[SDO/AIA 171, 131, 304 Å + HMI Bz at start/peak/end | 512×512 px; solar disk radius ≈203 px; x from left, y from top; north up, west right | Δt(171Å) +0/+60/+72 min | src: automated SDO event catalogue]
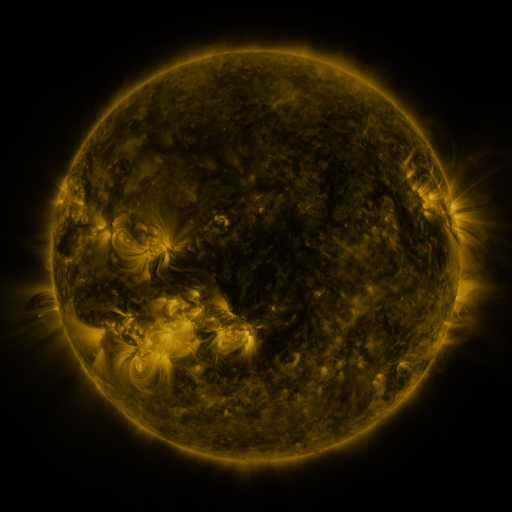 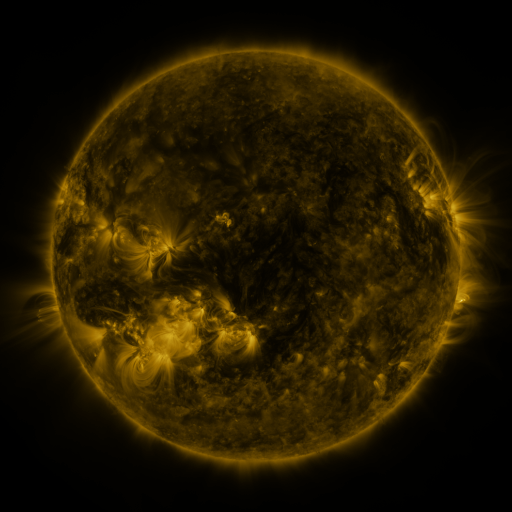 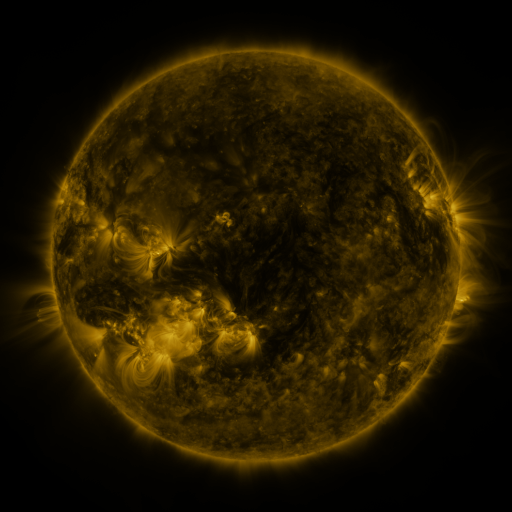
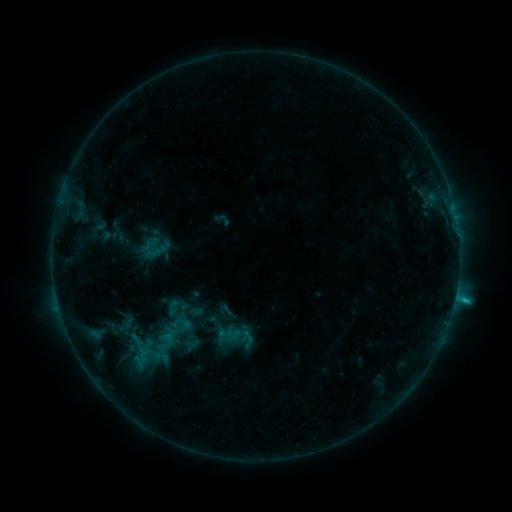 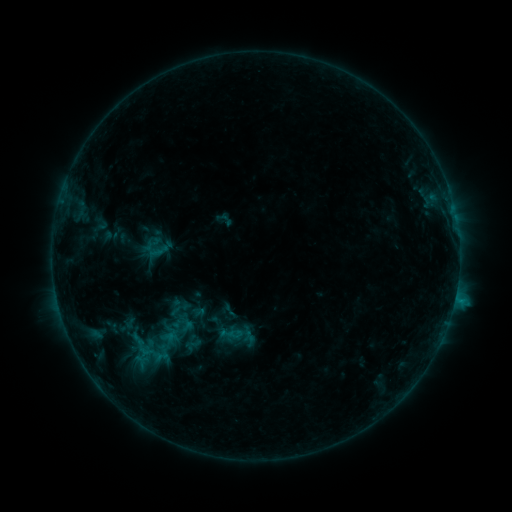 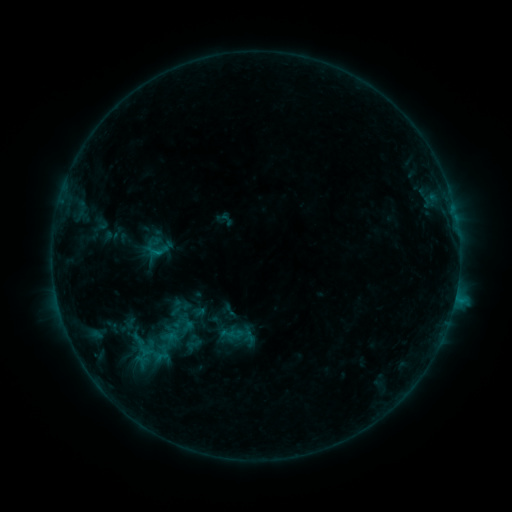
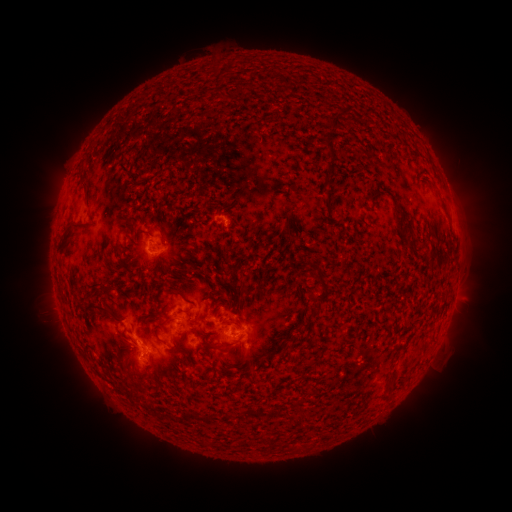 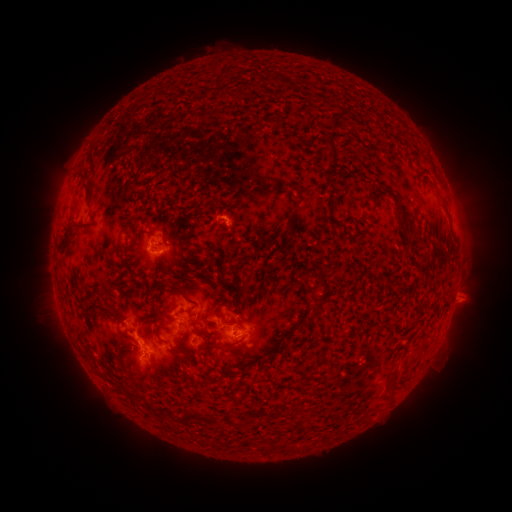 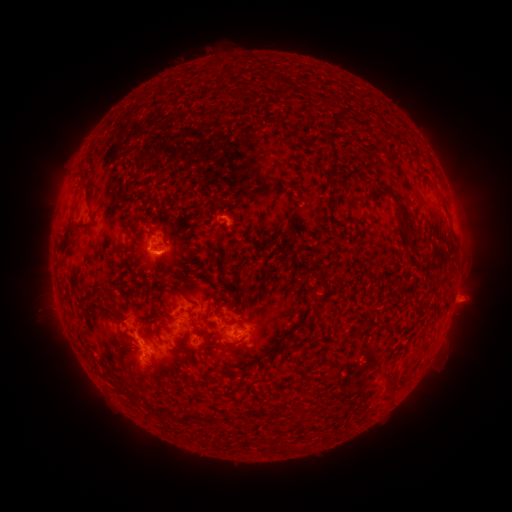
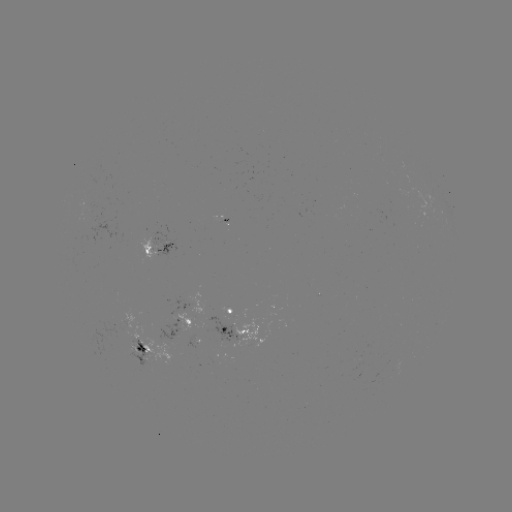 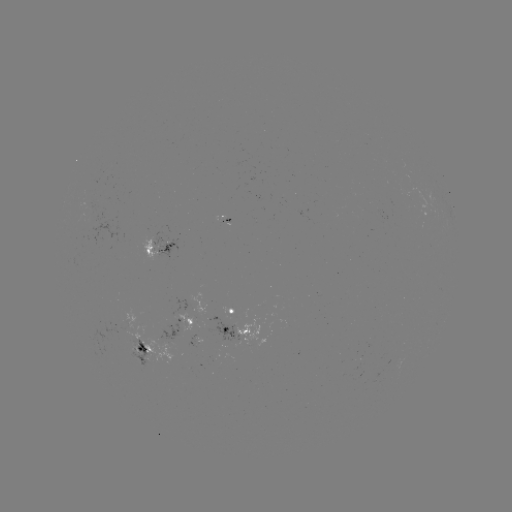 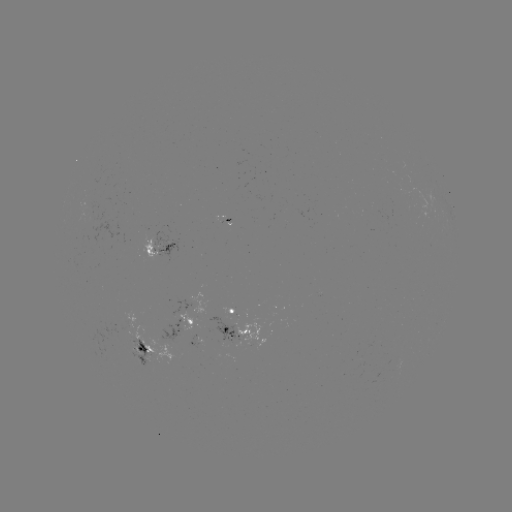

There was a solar emerging-flux region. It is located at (204, 326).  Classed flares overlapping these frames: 2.